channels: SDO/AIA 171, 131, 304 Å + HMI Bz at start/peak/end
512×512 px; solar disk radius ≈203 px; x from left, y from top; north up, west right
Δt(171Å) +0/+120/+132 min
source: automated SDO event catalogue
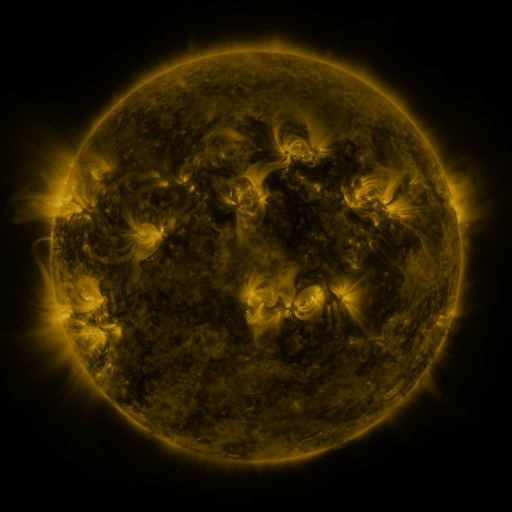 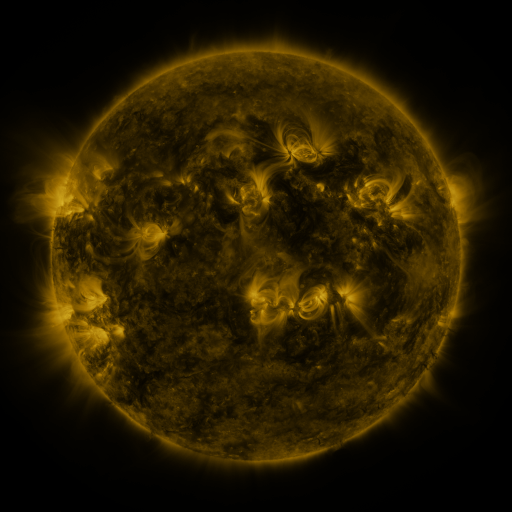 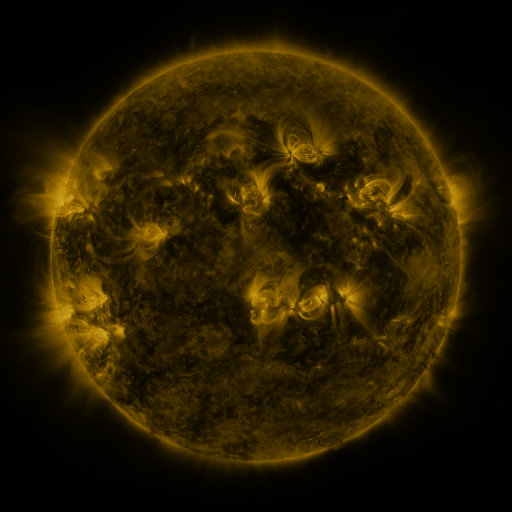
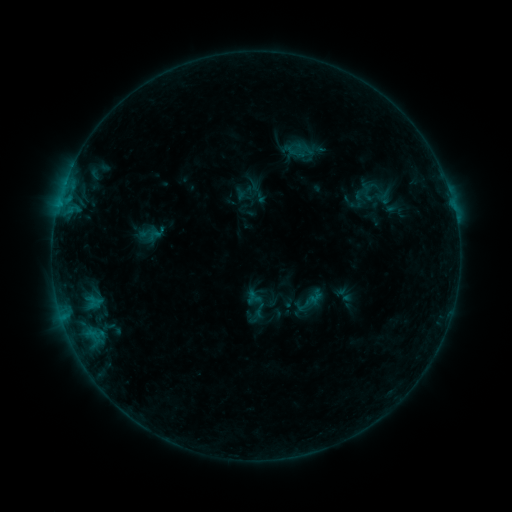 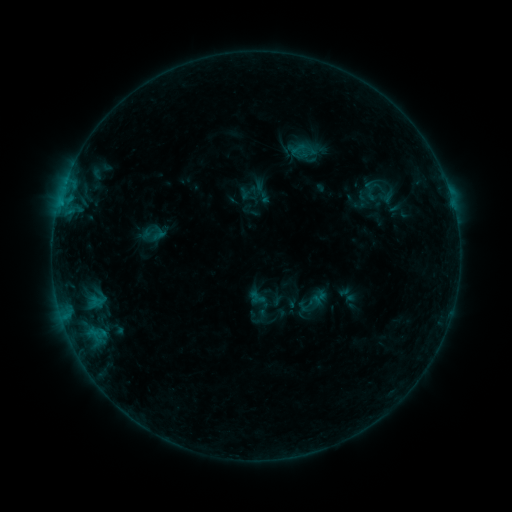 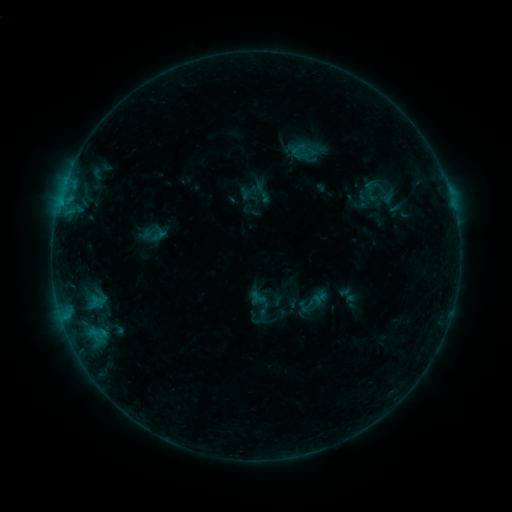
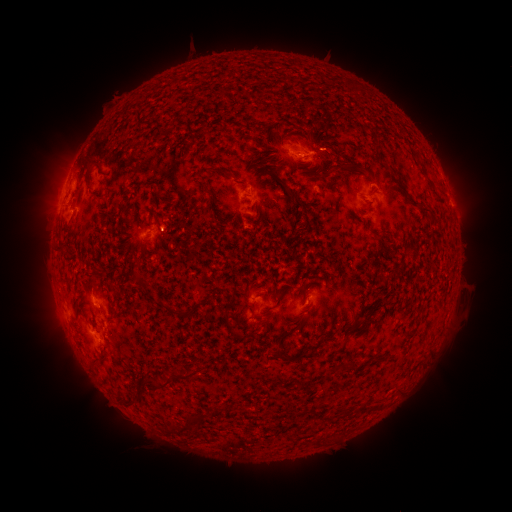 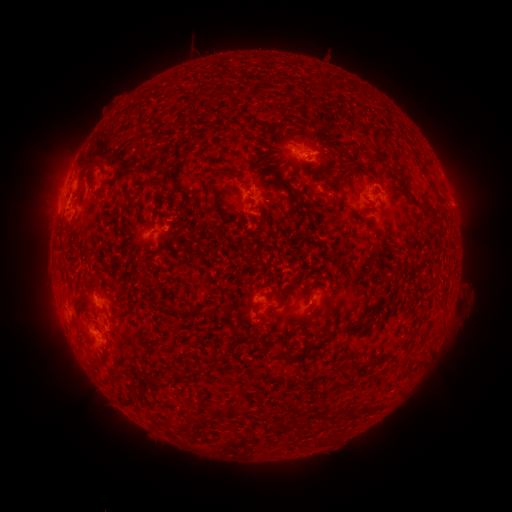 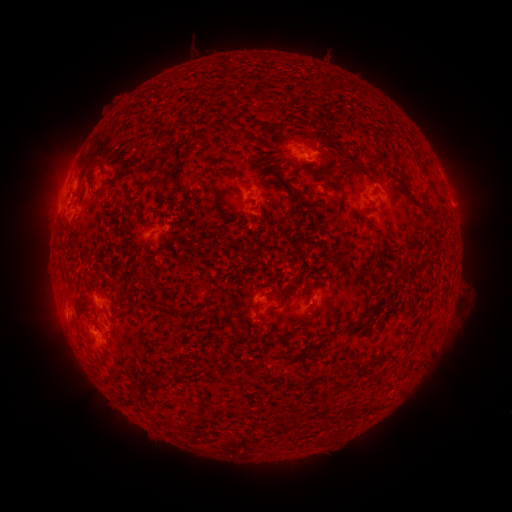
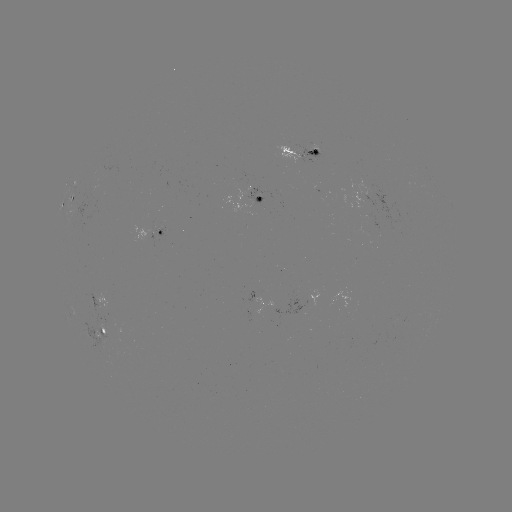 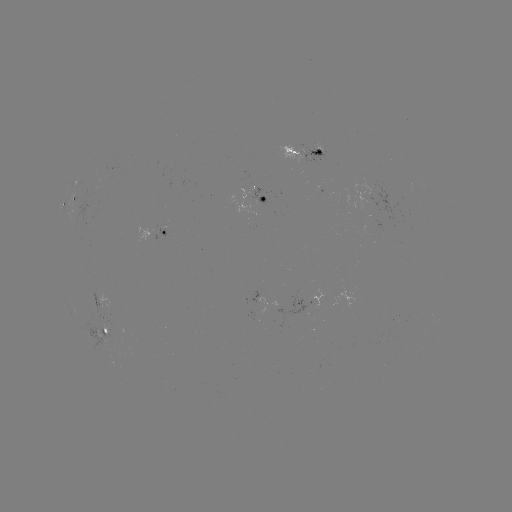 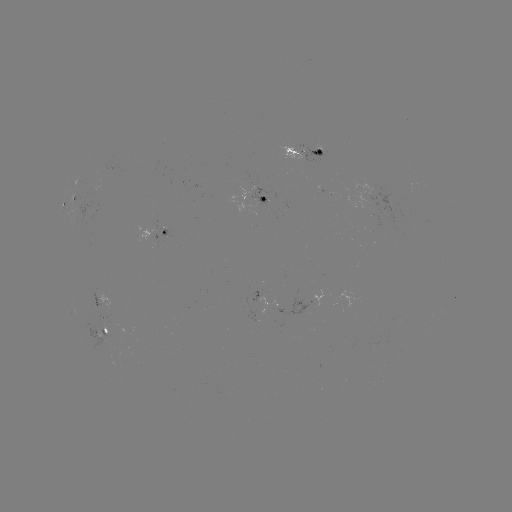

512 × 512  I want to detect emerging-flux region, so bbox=[301, 147, 322, 161].